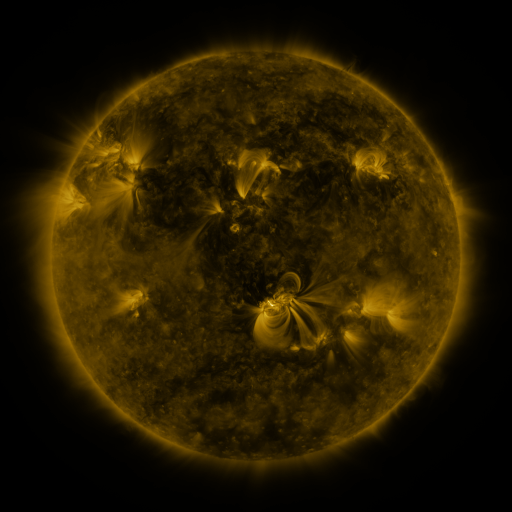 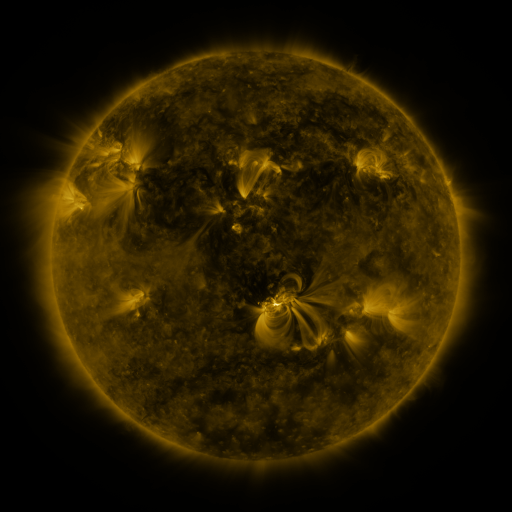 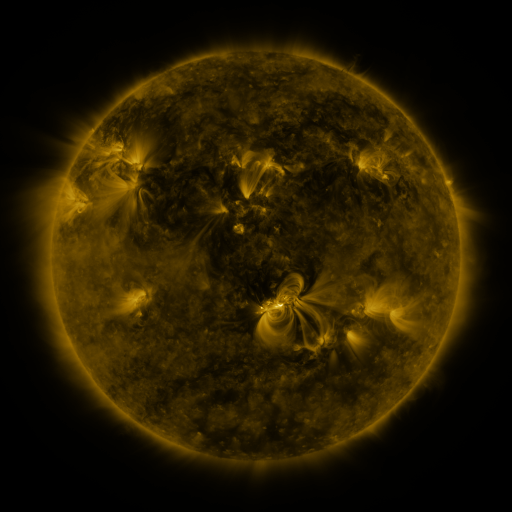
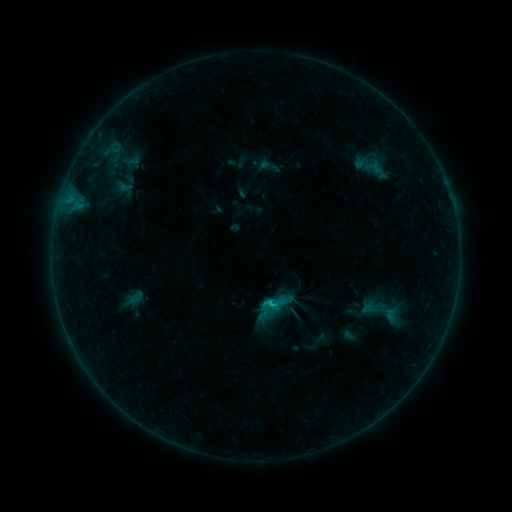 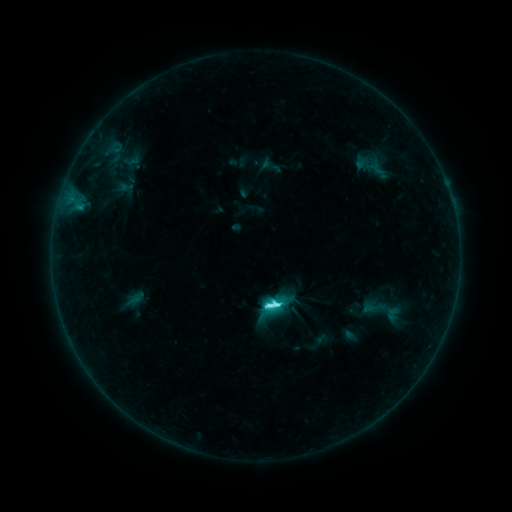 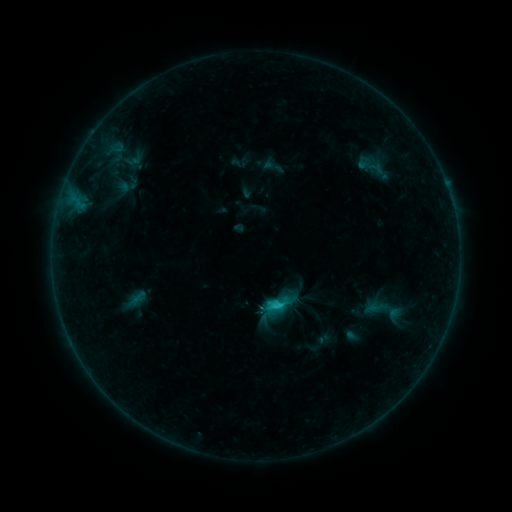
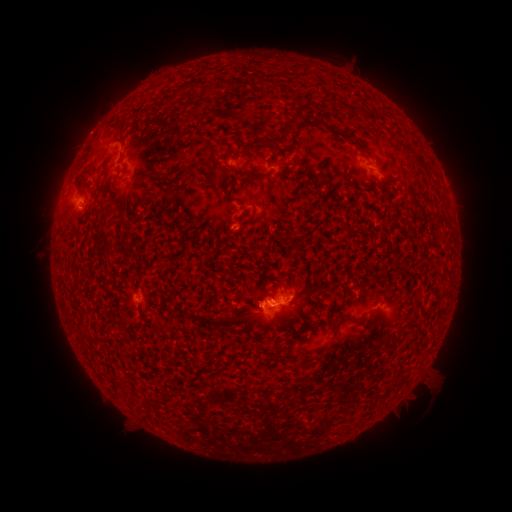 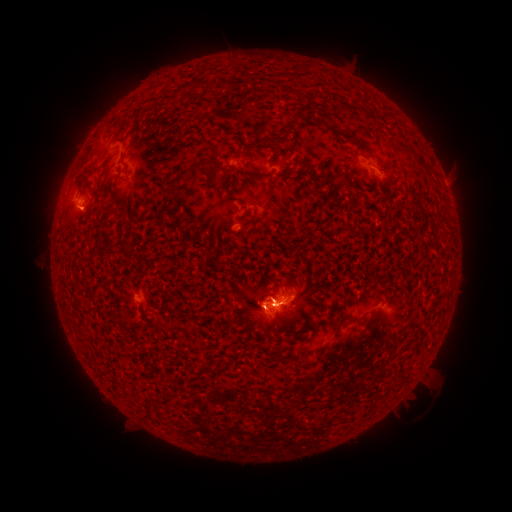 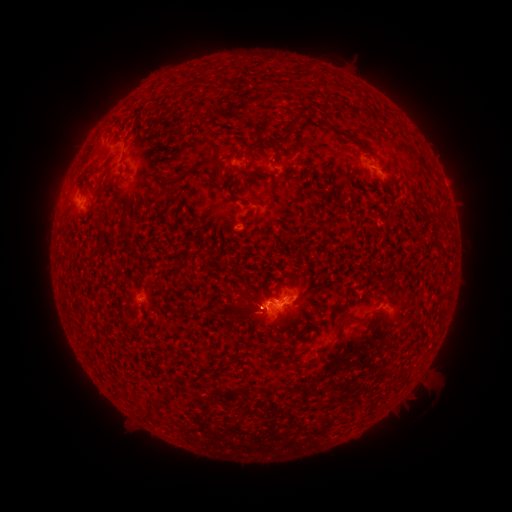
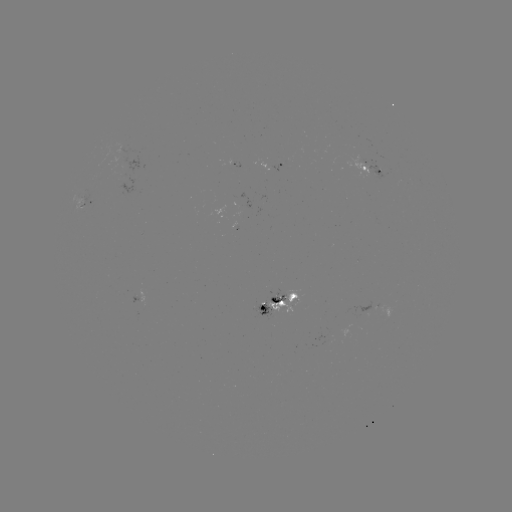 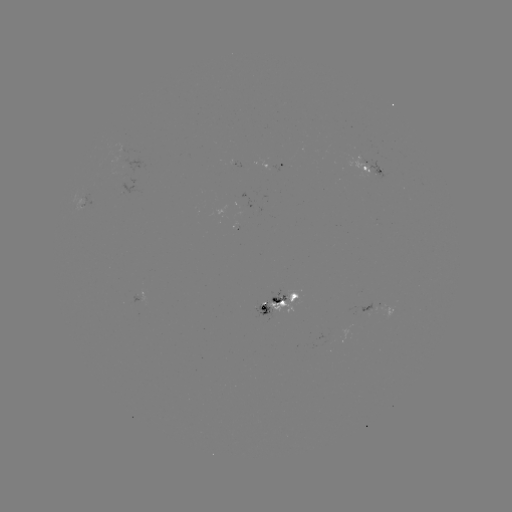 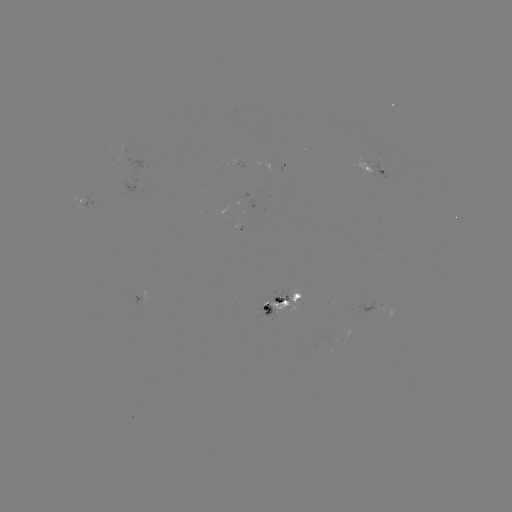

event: flare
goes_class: C7.0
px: (276, 302)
